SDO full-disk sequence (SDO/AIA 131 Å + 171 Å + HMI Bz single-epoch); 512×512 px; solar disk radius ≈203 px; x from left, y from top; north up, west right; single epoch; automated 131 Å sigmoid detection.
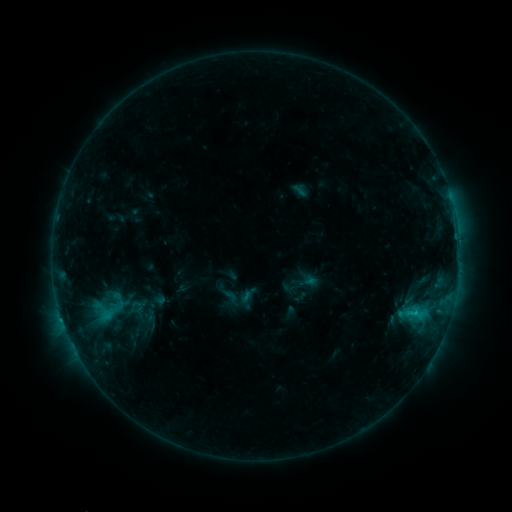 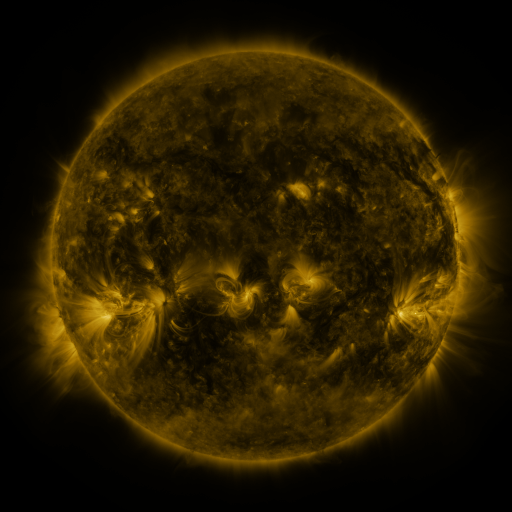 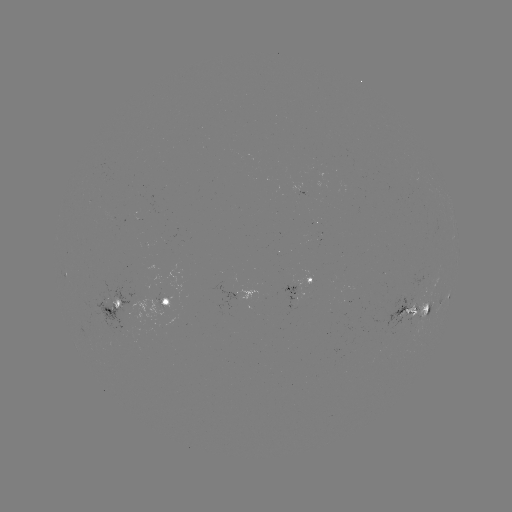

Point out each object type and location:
sigmoid: (114, 310)
